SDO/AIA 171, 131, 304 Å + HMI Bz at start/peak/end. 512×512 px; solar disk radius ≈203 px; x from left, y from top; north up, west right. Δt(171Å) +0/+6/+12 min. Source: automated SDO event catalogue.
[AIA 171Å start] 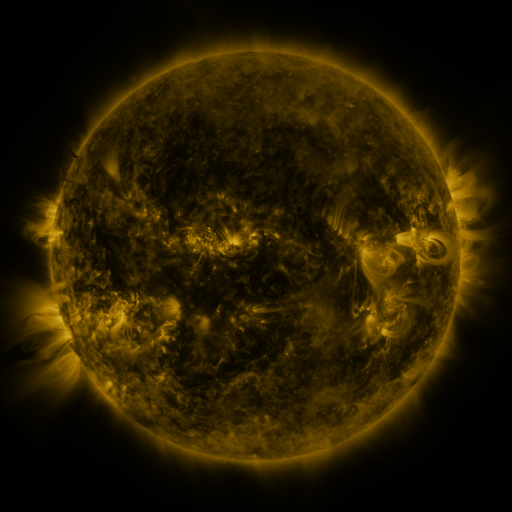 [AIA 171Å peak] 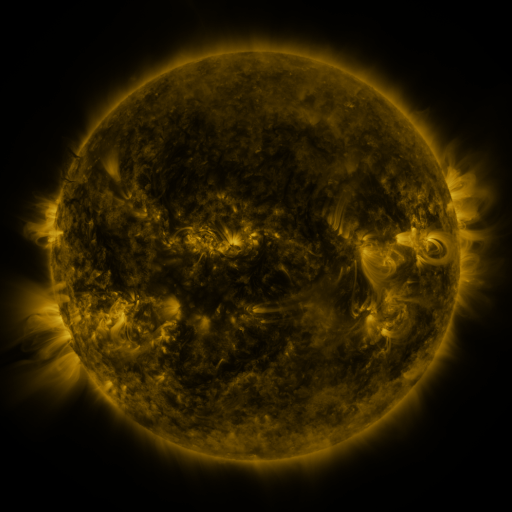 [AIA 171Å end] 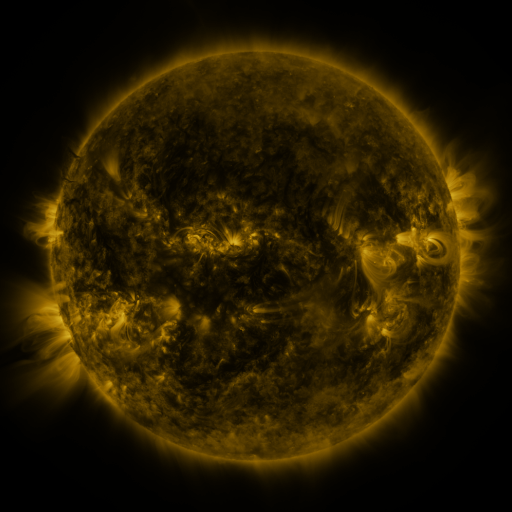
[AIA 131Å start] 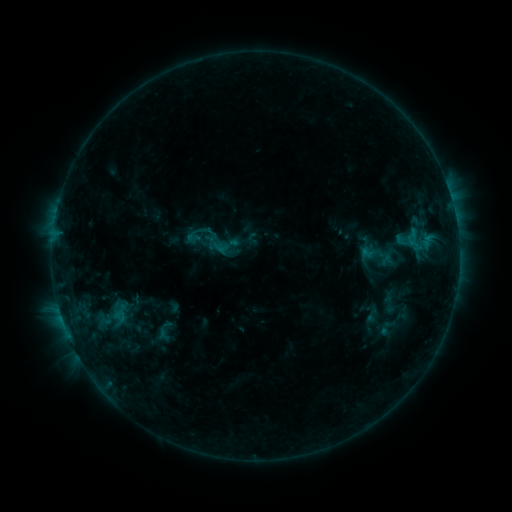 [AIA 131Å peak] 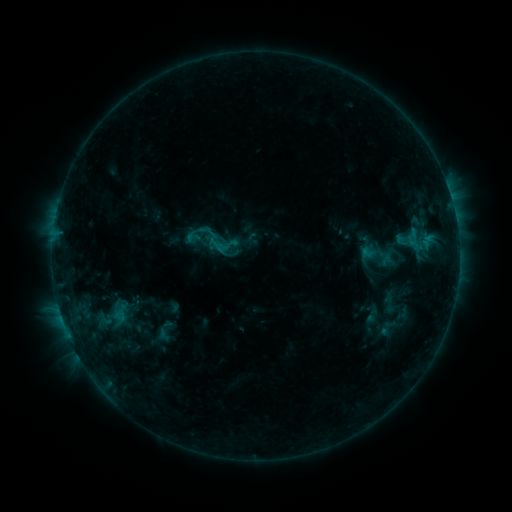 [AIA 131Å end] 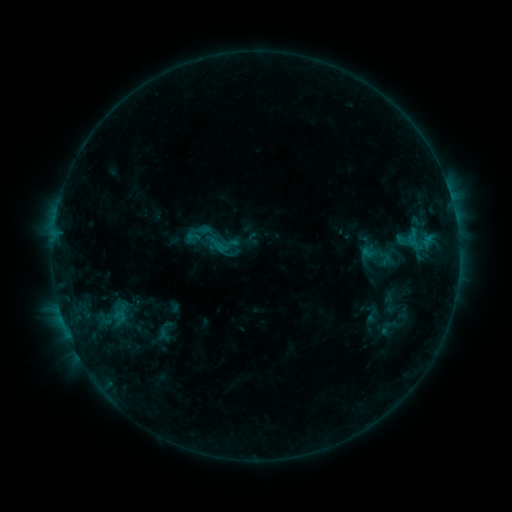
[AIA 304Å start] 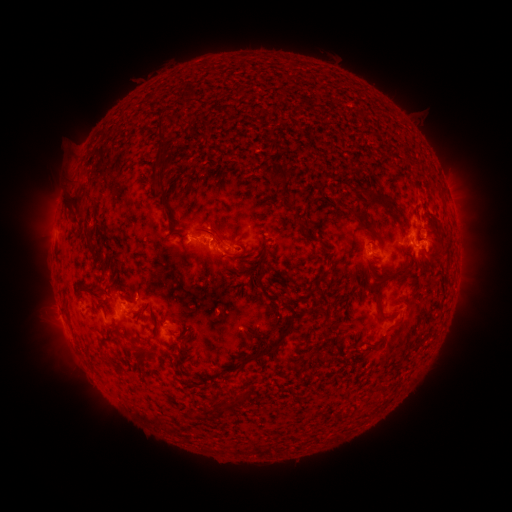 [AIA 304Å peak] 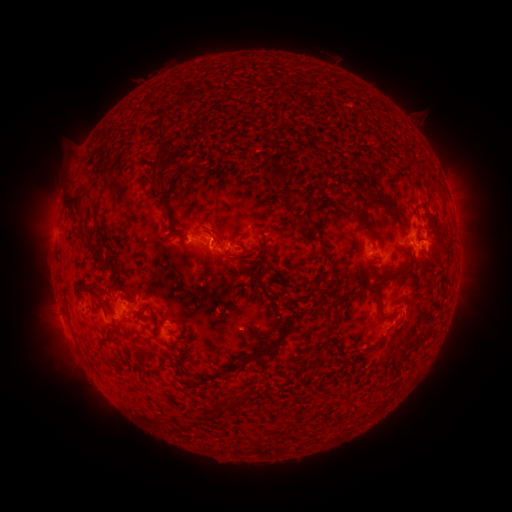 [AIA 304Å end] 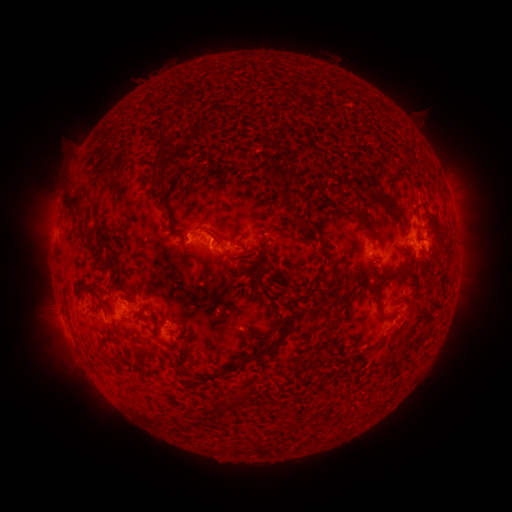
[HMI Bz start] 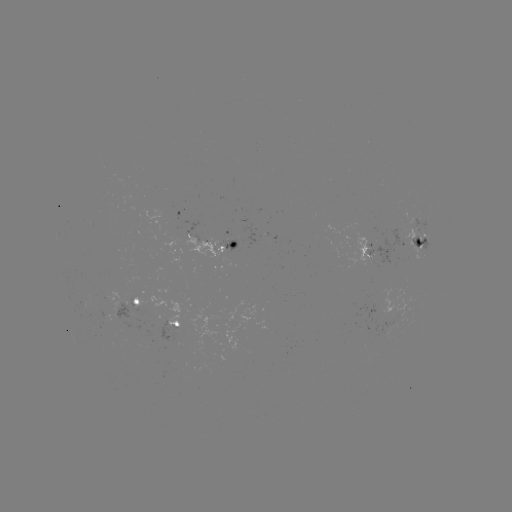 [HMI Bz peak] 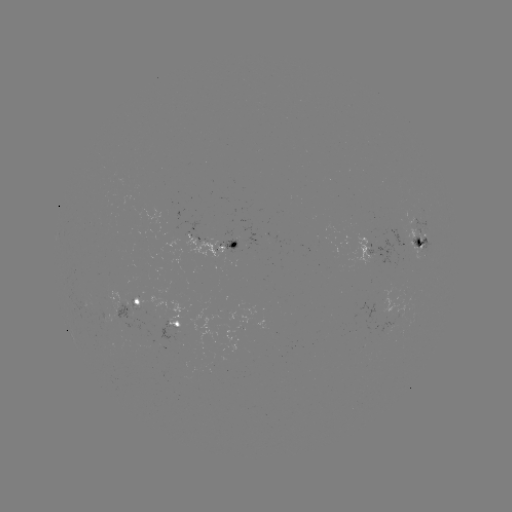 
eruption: <bbox>182, 198, 233, 240</bbox>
